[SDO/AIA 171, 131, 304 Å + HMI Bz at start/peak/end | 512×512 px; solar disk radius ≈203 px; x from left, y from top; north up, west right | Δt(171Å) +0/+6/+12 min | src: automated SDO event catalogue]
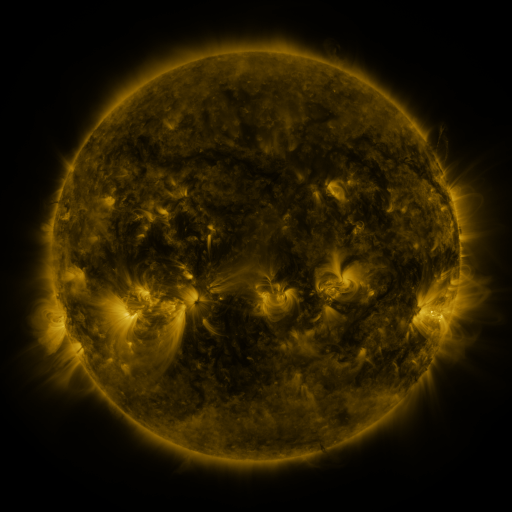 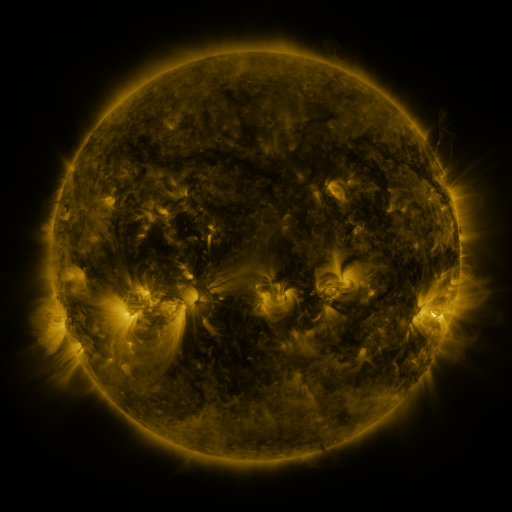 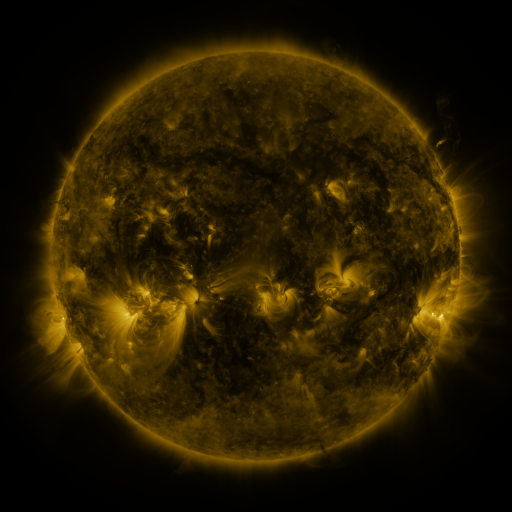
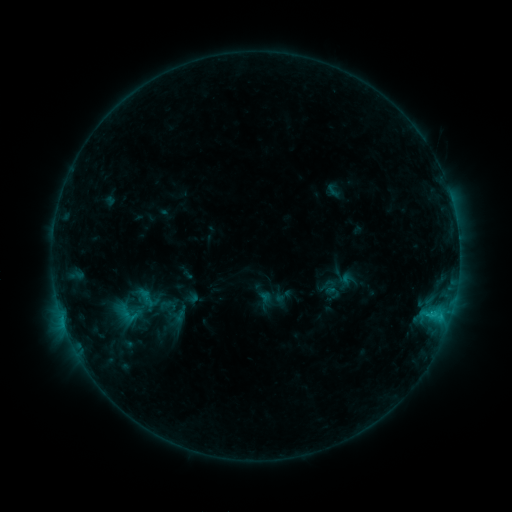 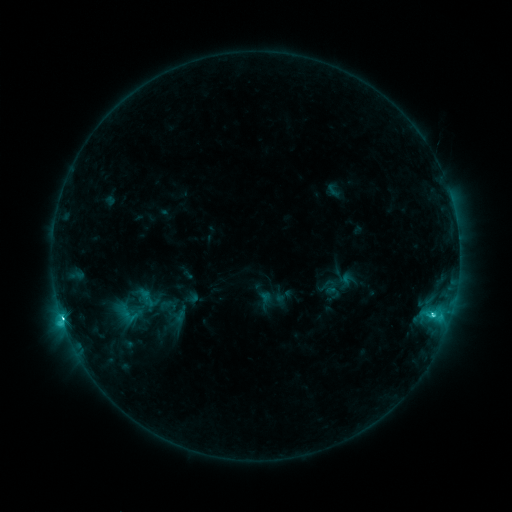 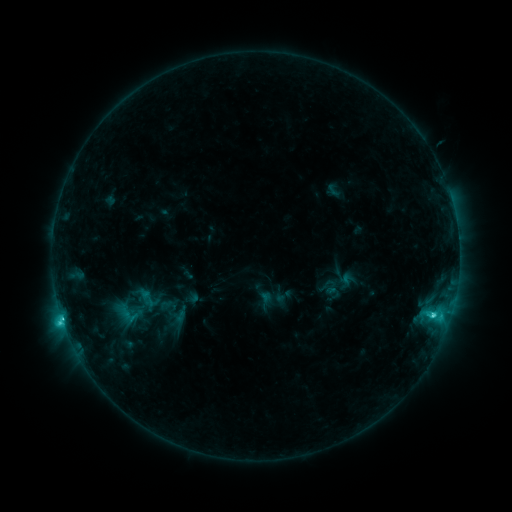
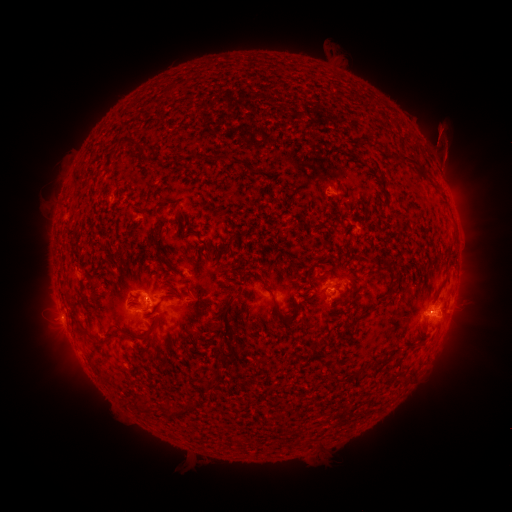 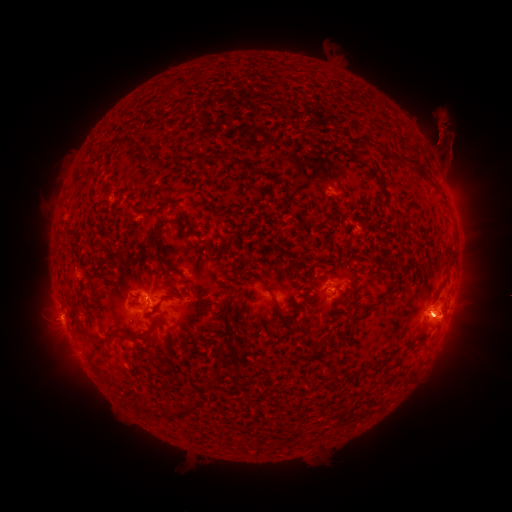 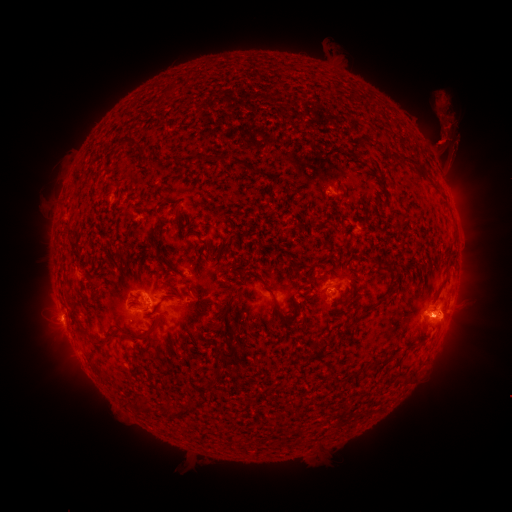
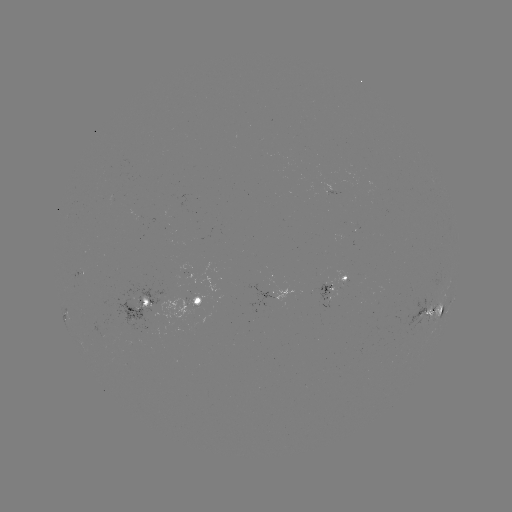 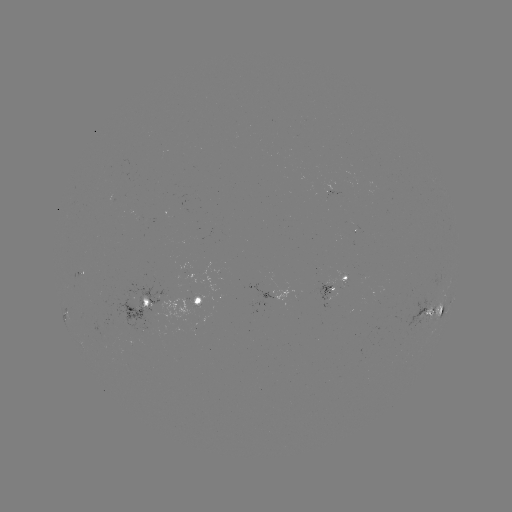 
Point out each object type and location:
C7.9 flare: (432, 312)
